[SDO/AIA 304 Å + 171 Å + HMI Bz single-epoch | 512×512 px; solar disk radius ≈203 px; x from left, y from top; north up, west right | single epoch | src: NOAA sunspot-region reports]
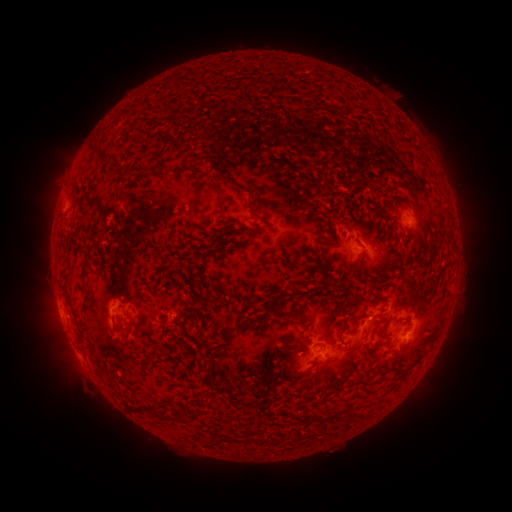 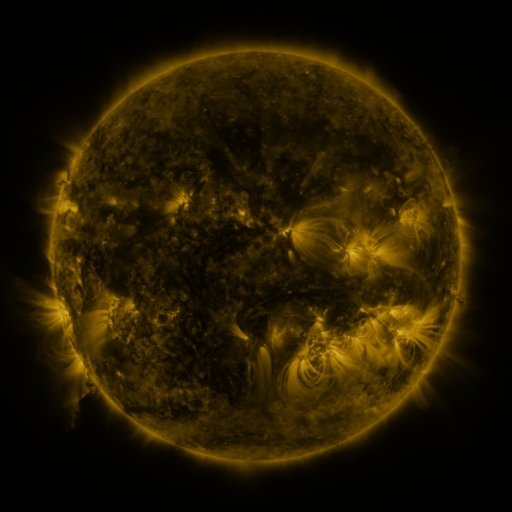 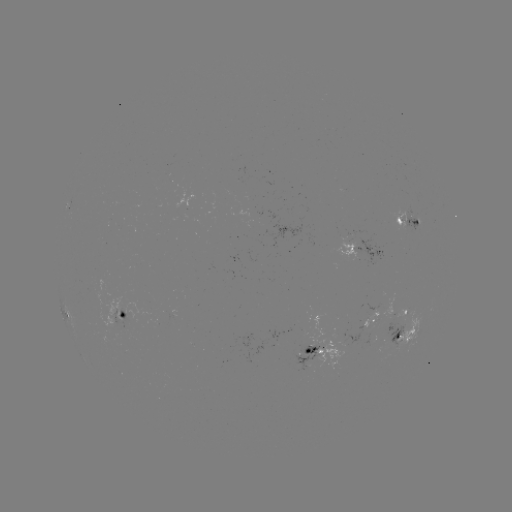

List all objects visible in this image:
spotted active region: (409, 221)
spotted active region: (369, 247)
spotted active region: (407, 309)
spotted active region: (67, 313)
spotted active region: (124, 313)
spotted active region: (373, 317)
spotted active region: (404, 336)
spotted active region: (315, 351)
